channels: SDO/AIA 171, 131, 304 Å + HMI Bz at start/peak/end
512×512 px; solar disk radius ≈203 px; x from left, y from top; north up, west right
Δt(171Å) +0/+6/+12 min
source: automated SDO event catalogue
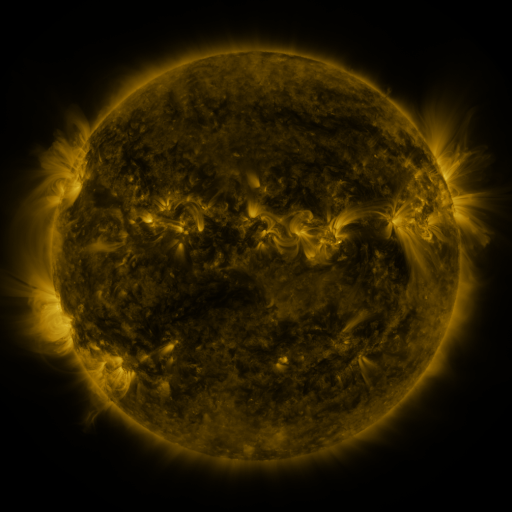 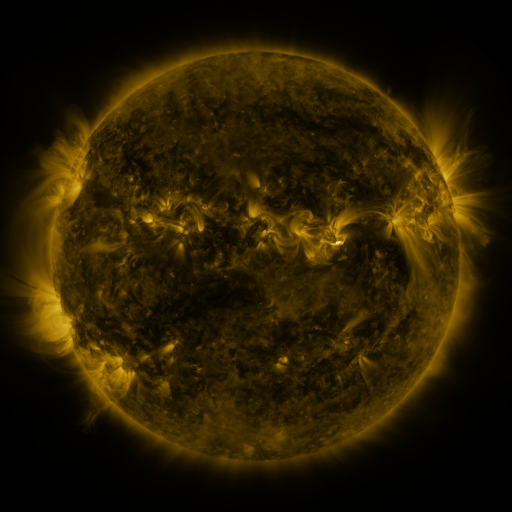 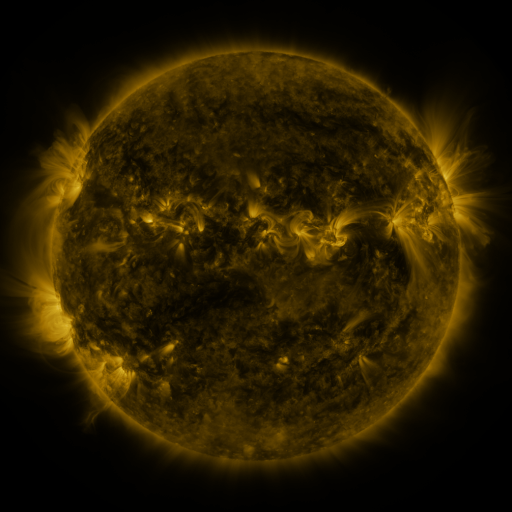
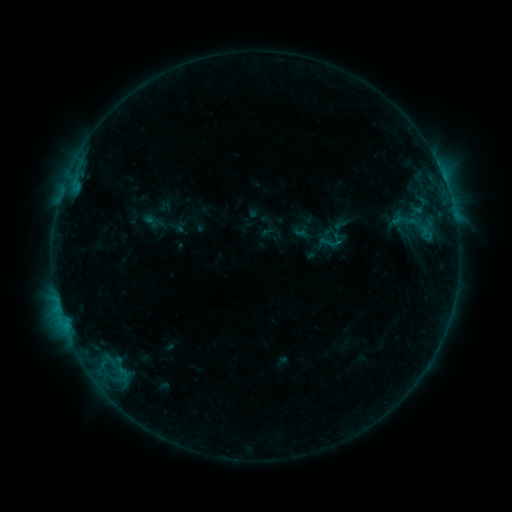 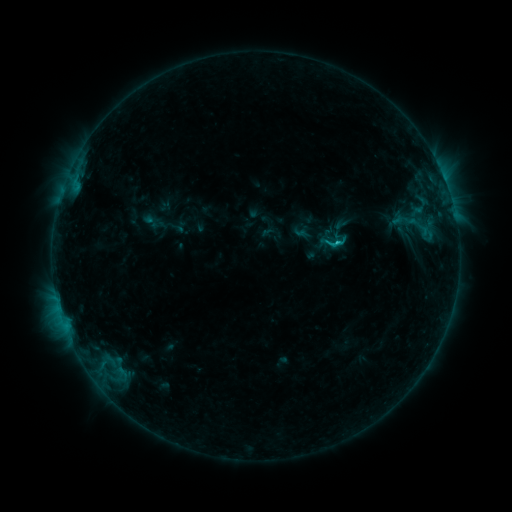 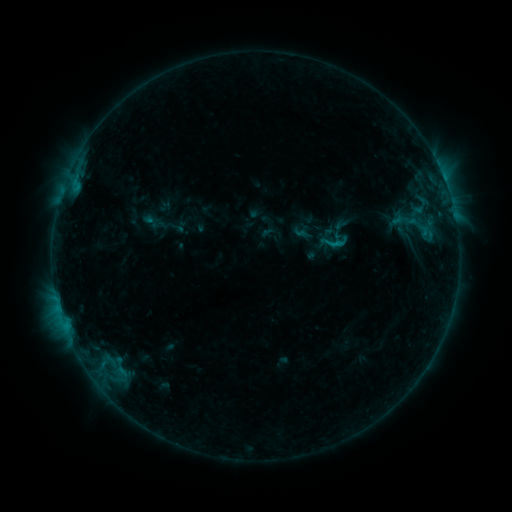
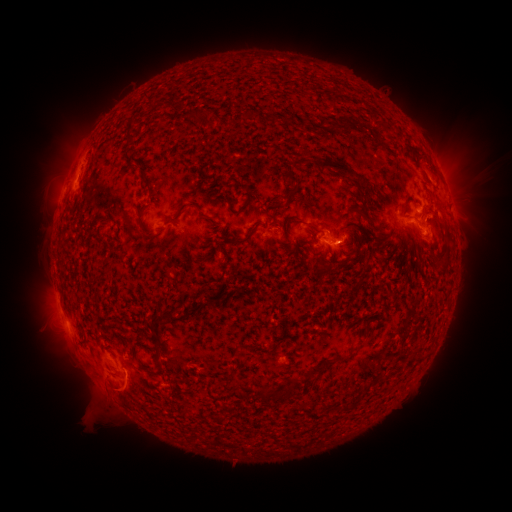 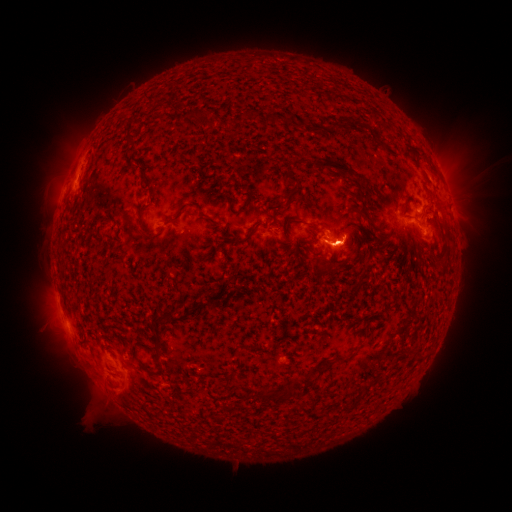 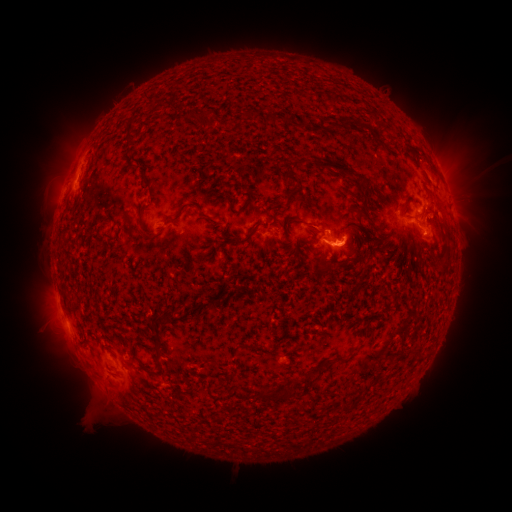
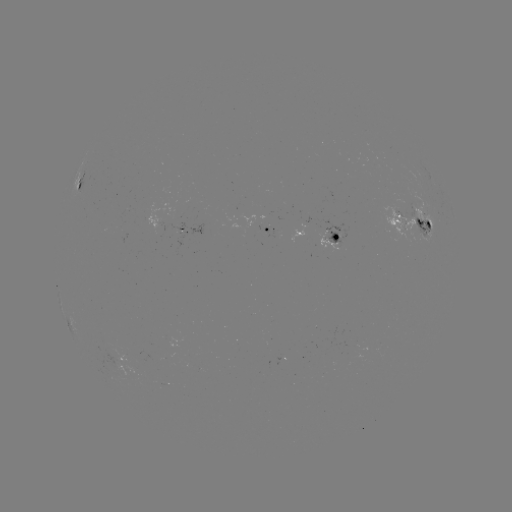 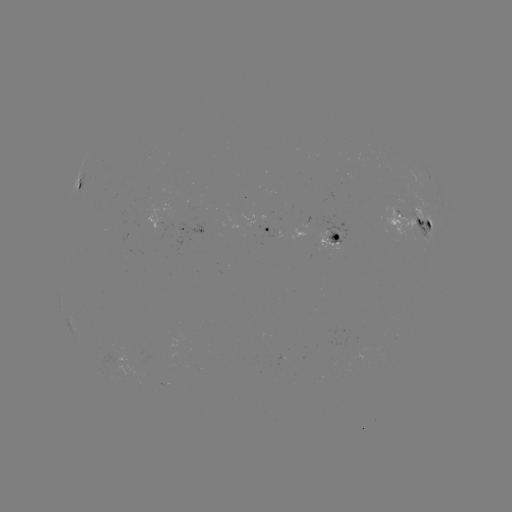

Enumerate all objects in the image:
B8.4 flare: (334, 245)
